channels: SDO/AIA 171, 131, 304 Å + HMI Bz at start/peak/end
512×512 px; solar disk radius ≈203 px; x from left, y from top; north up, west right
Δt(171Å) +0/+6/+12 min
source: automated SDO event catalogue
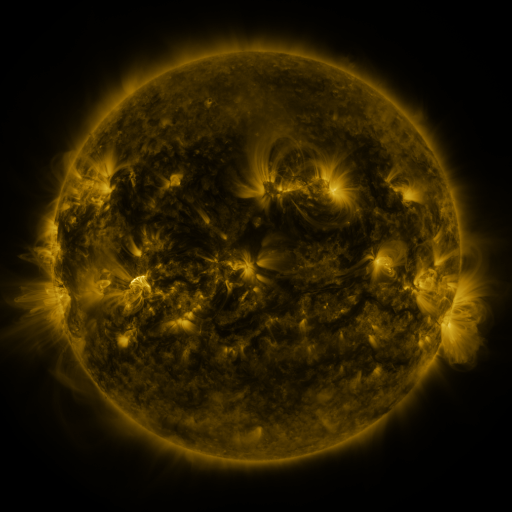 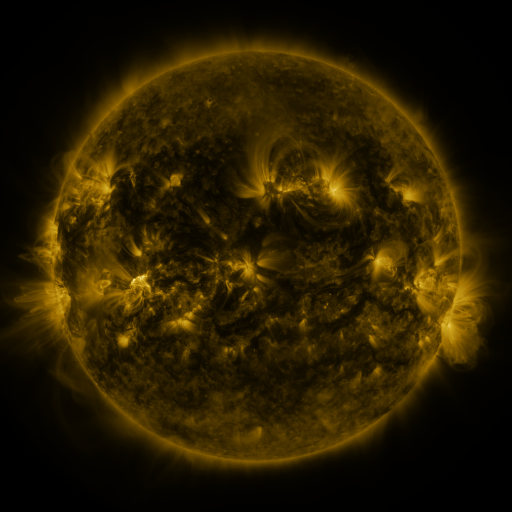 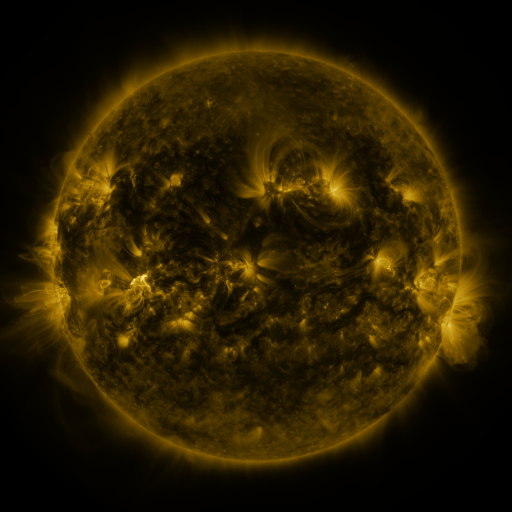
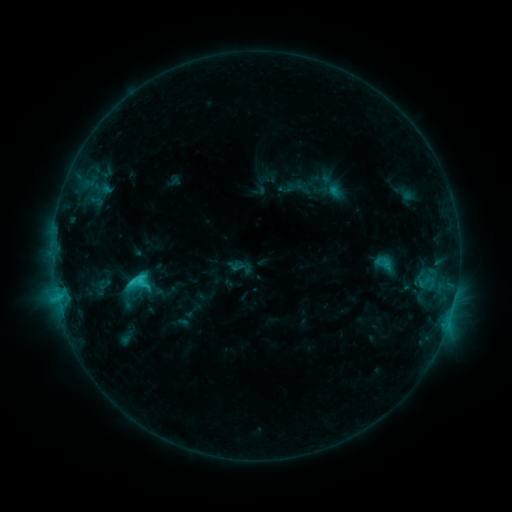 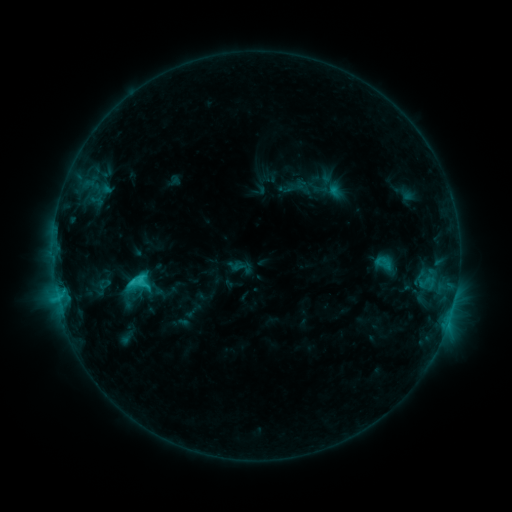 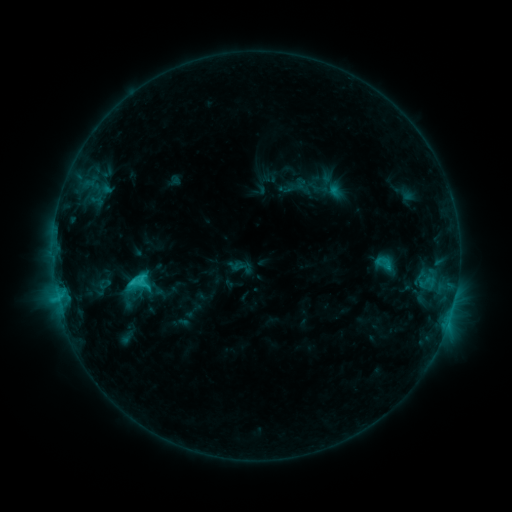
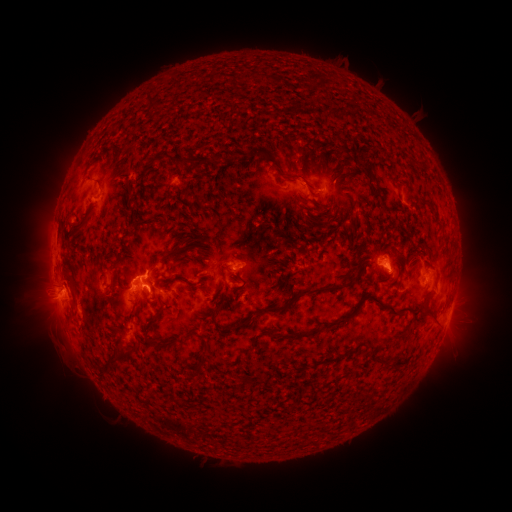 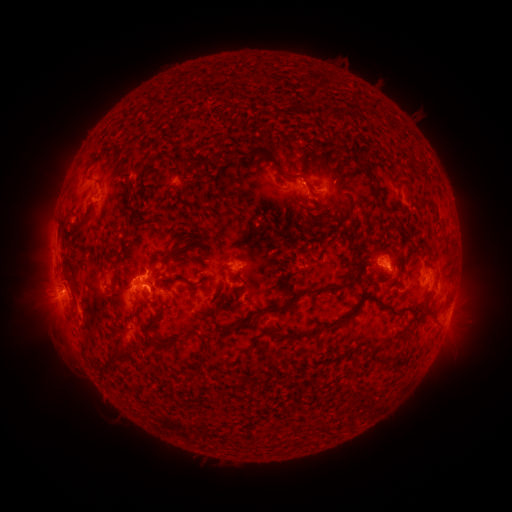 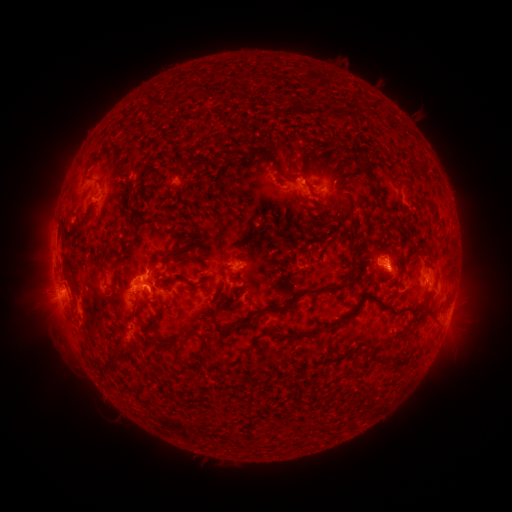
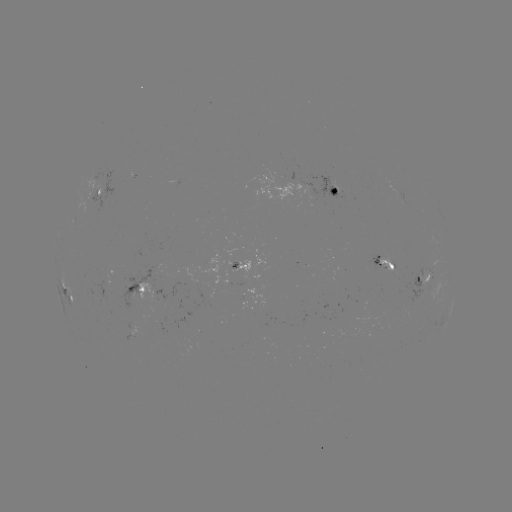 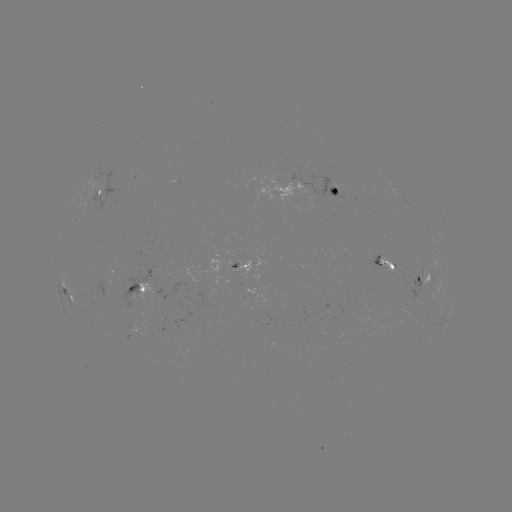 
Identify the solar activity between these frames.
eruption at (303, 175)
